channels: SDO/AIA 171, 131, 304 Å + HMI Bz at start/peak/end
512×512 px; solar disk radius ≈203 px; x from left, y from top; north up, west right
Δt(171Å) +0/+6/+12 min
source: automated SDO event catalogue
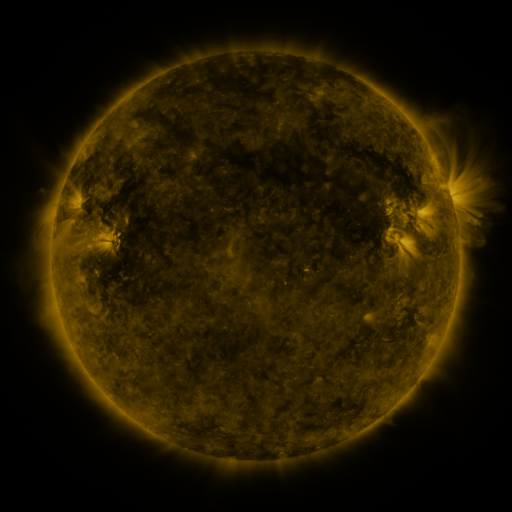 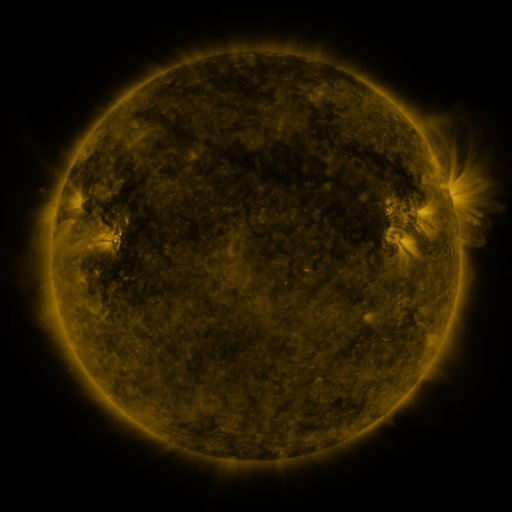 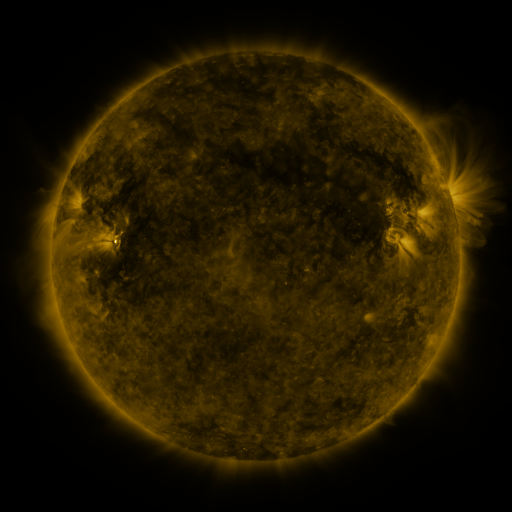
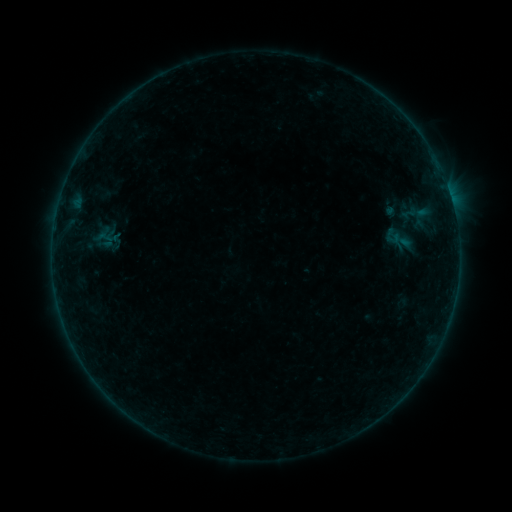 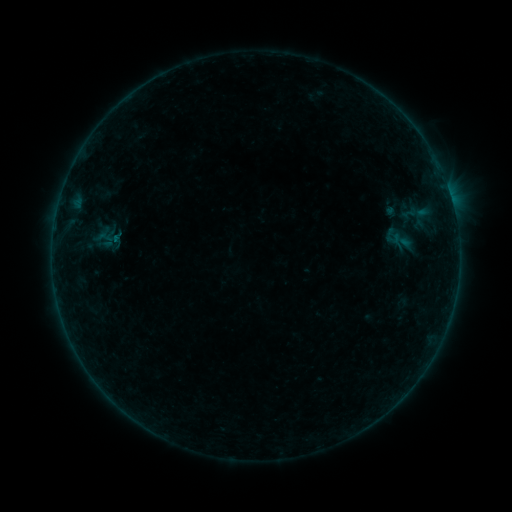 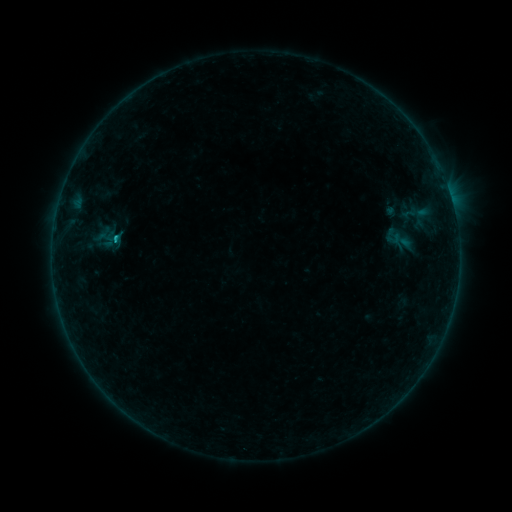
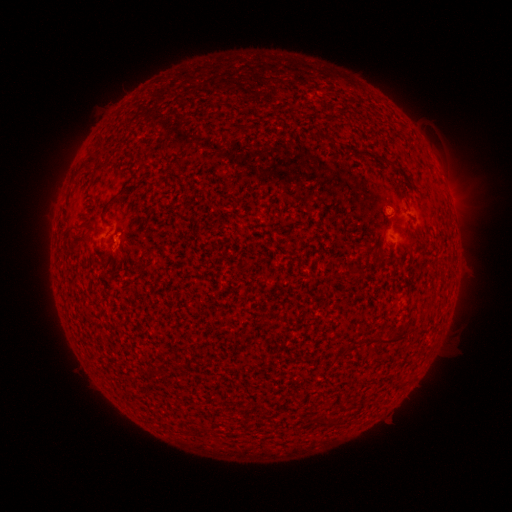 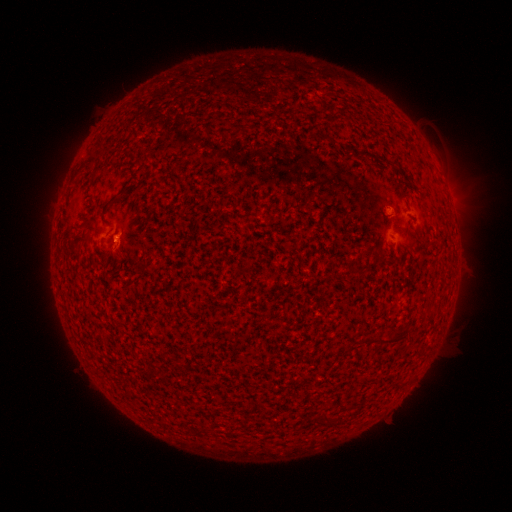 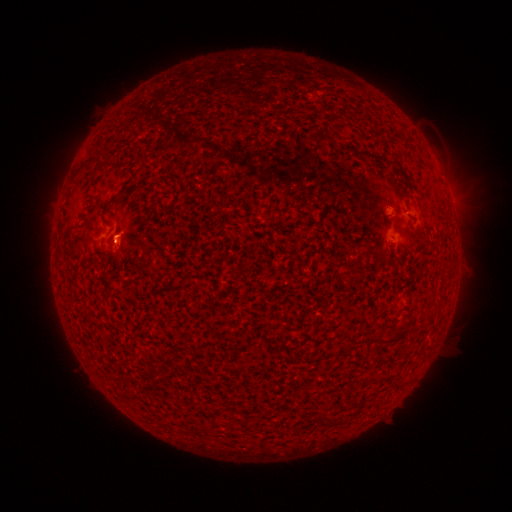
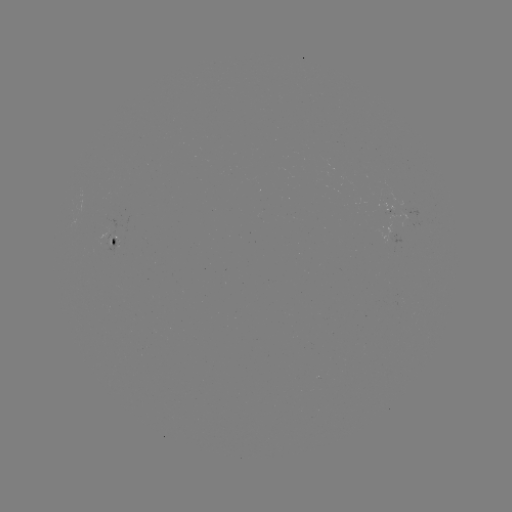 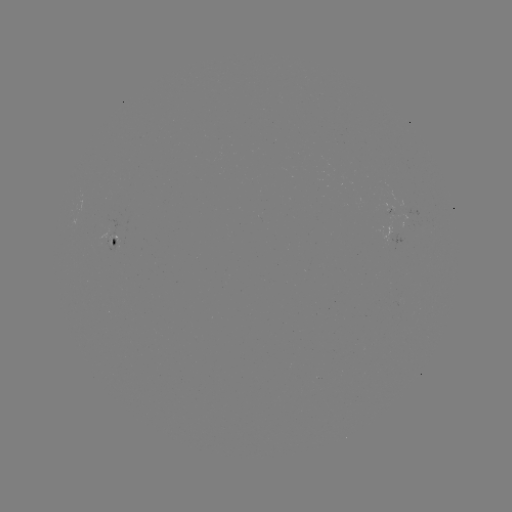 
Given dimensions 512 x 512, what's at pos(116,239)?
B3.5 flare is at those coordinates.